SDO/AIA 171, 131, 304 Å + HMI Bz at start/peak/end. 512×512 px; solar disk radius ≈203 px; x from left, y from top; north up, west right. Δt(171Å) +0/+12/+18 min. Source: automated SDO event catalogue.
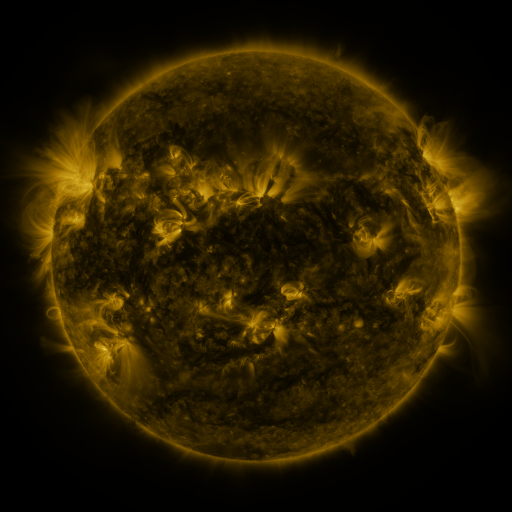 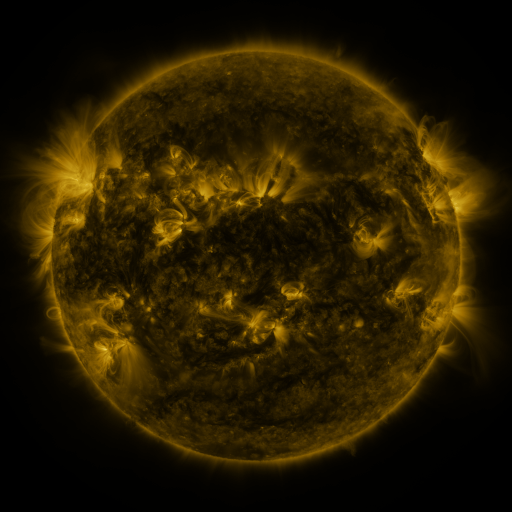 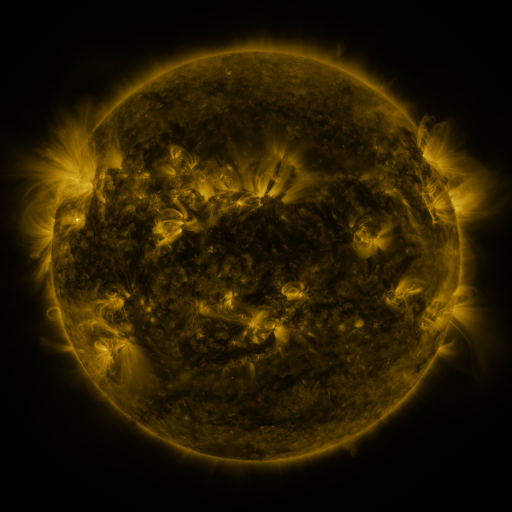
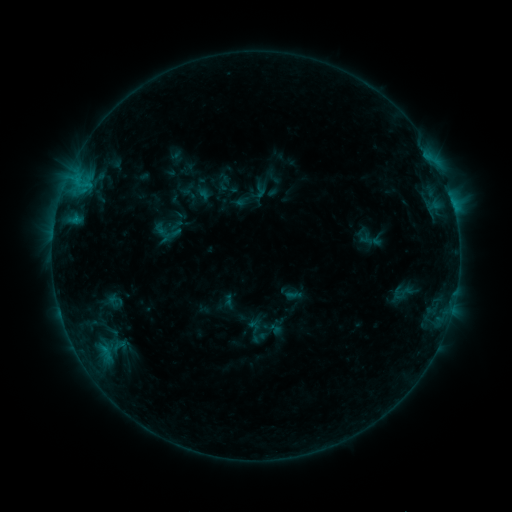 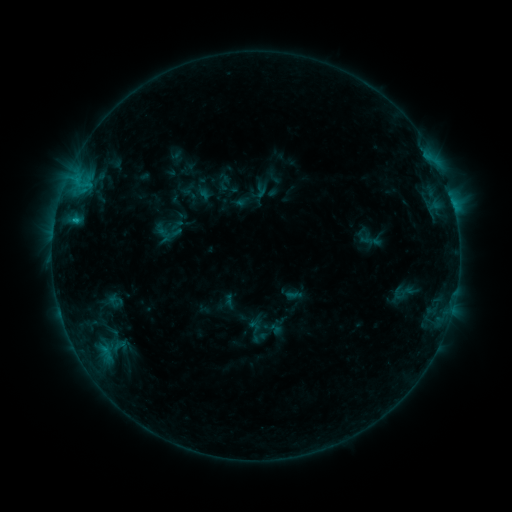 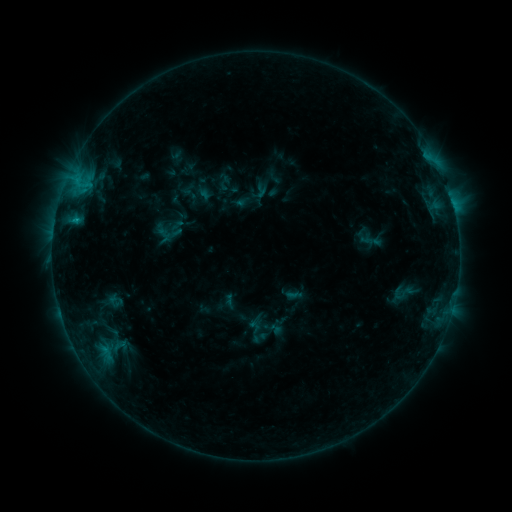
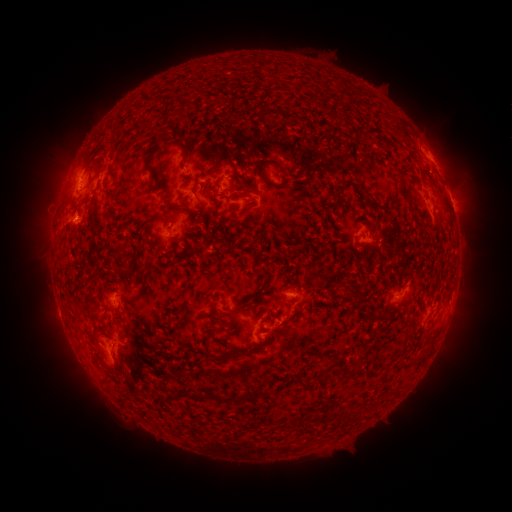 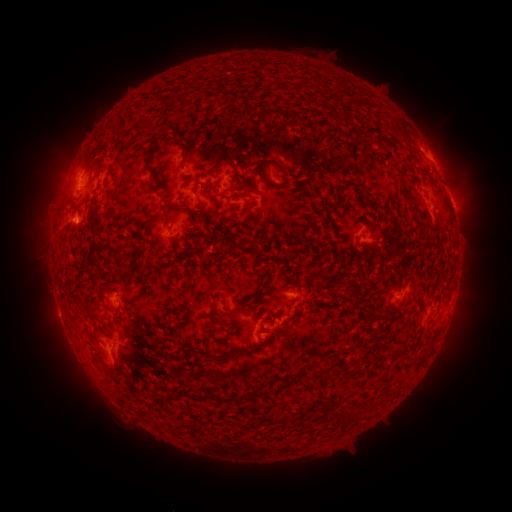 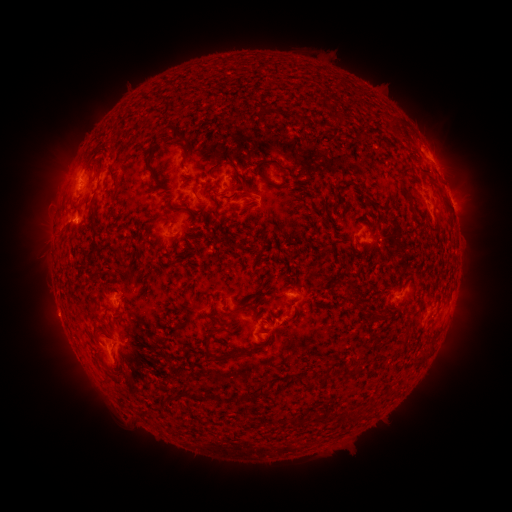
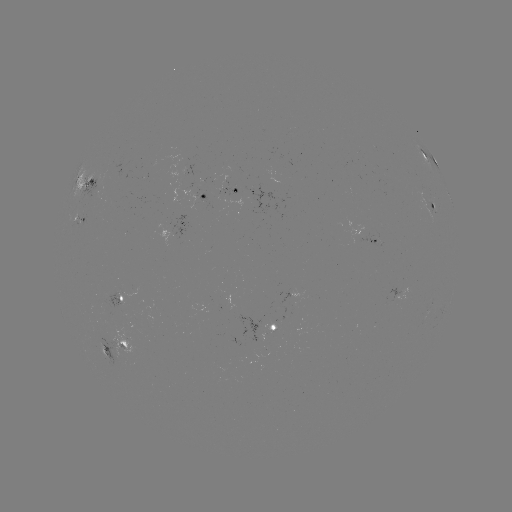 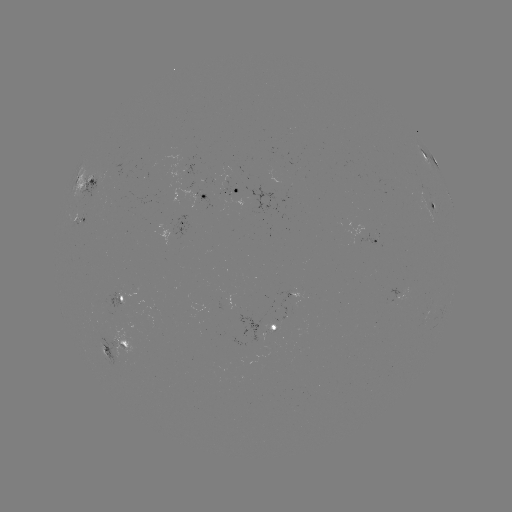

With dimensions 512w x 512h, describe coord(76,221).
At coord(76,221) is B8.0 flare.